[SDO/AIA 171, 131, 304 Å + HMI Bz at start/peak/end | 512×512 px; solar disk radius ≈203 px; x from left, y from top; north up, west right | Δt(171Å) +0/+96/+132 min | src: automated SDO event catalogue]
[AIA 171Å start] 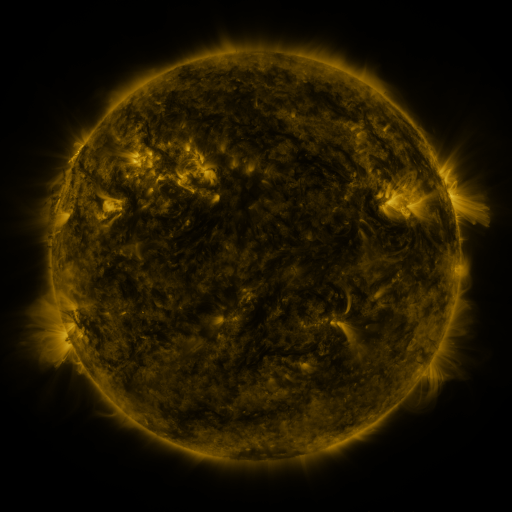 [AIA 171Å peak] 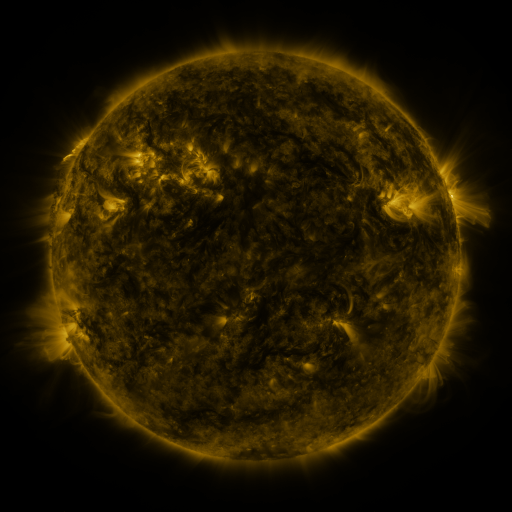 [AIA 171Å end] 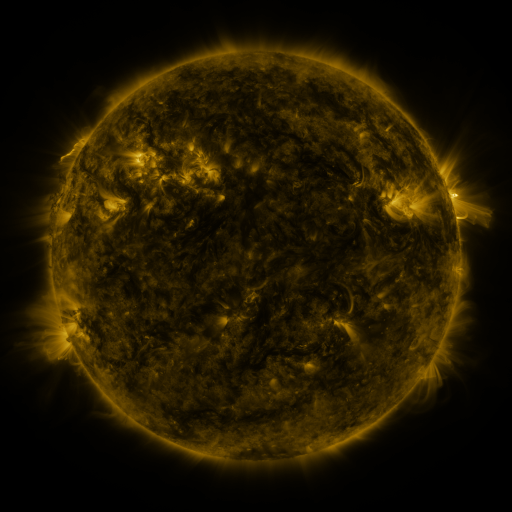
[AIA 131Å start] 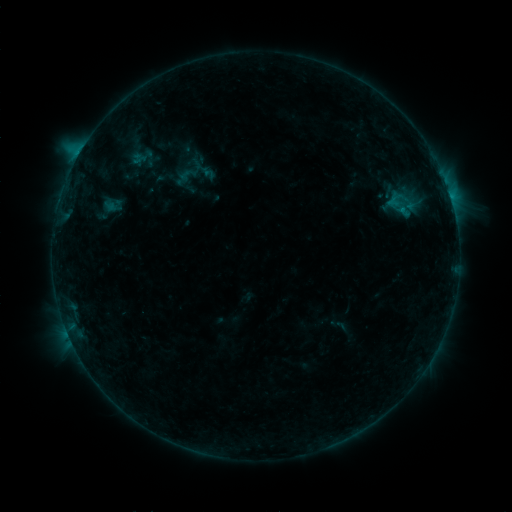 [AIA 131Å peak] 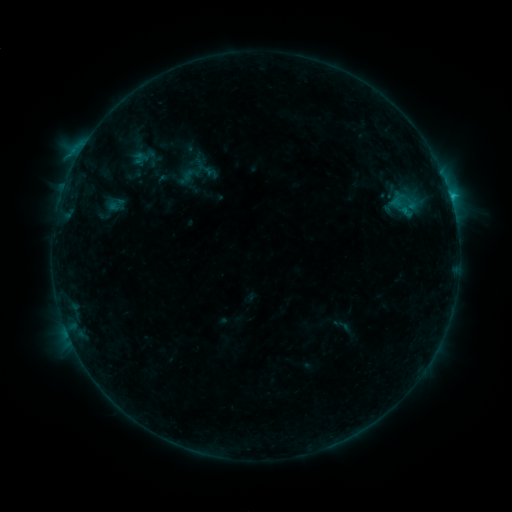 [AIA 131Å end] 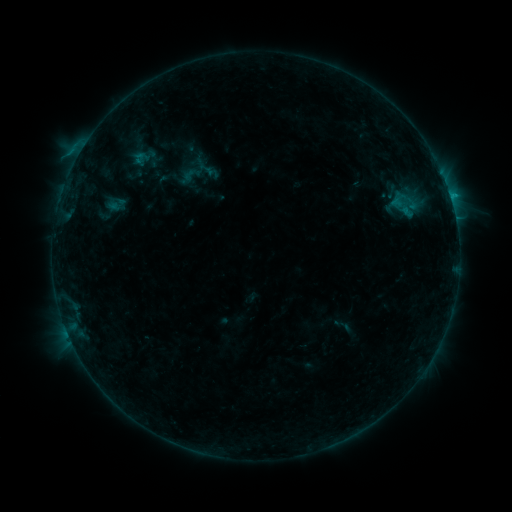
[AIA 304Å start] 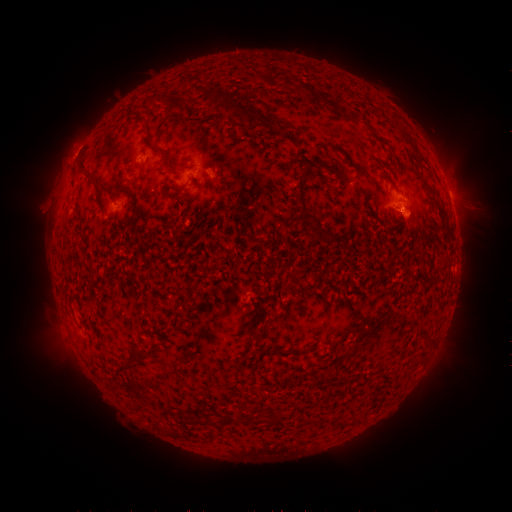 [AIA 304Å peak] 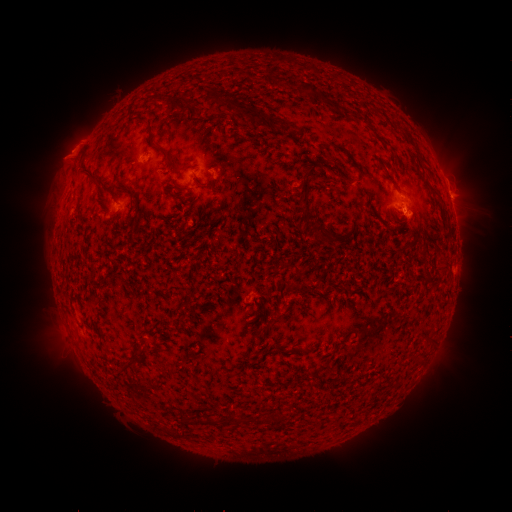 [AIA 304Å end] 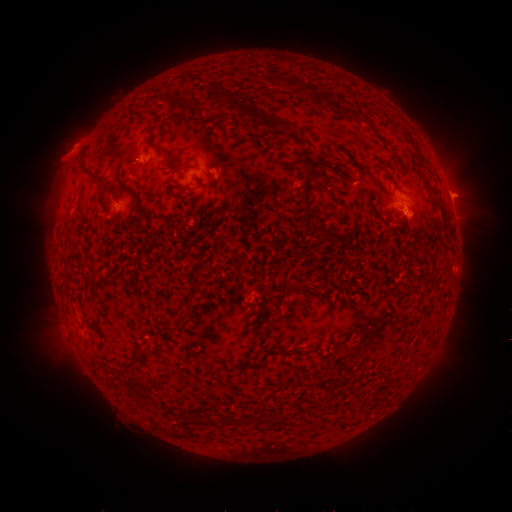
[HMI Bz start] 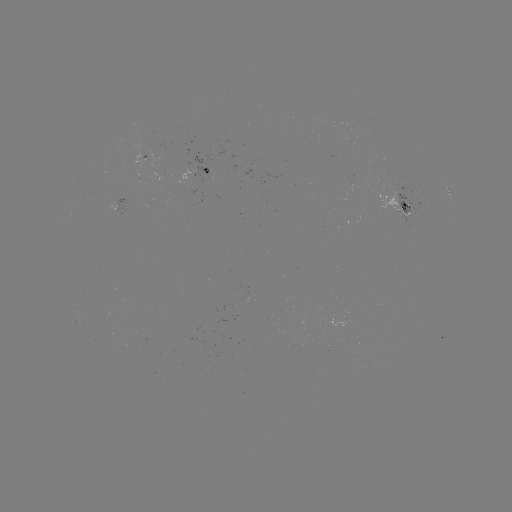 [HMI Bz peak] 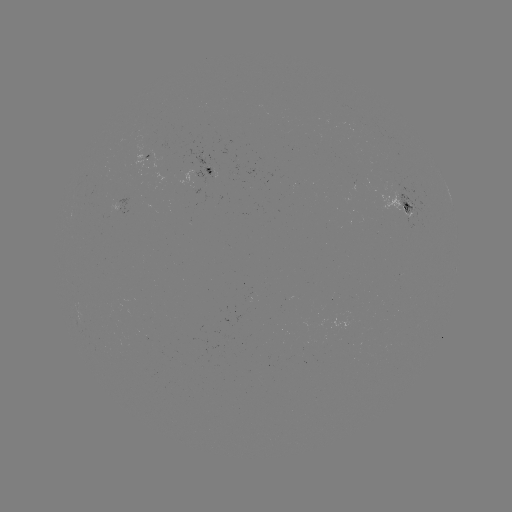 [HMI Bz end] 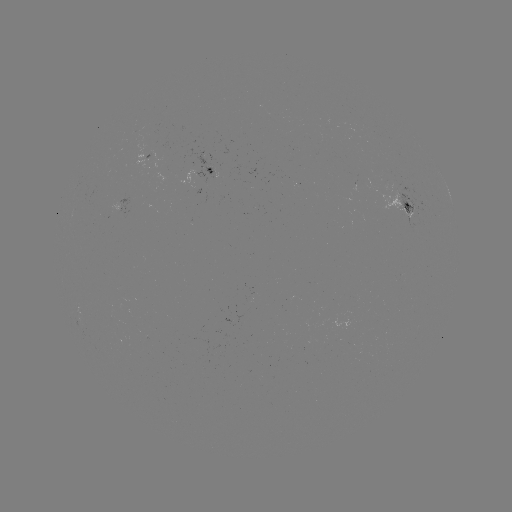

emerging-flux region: (396, 182, 433, 221)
